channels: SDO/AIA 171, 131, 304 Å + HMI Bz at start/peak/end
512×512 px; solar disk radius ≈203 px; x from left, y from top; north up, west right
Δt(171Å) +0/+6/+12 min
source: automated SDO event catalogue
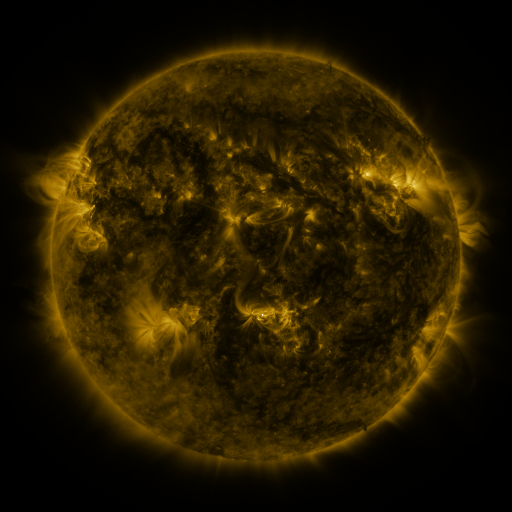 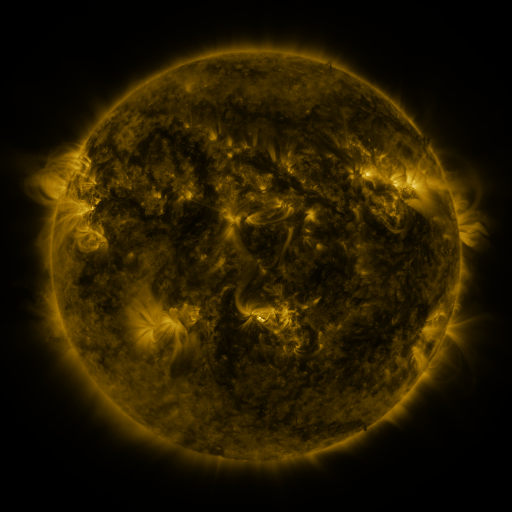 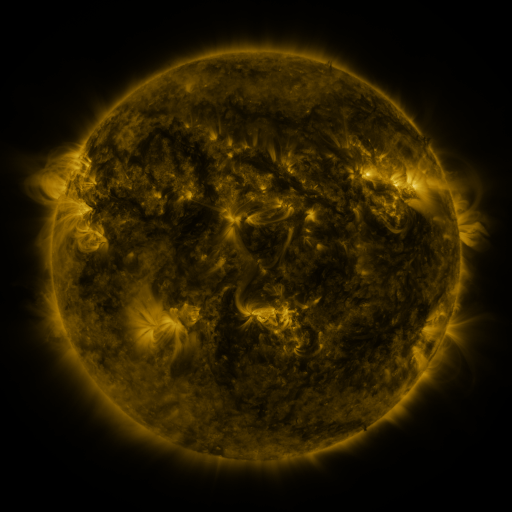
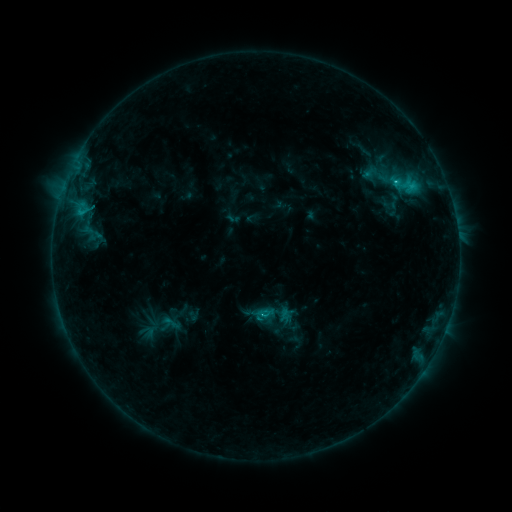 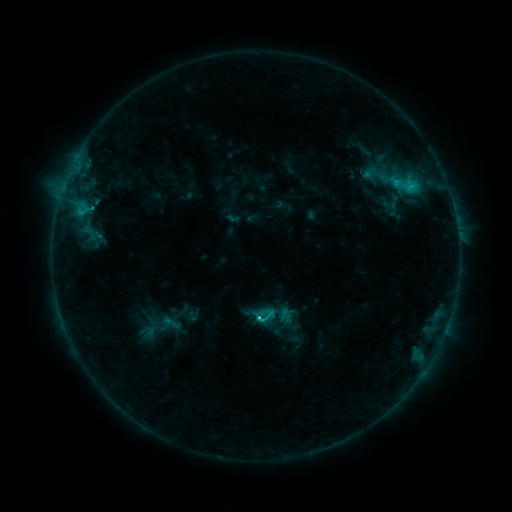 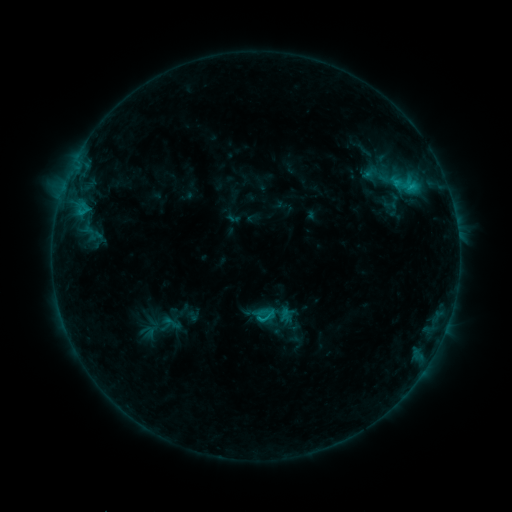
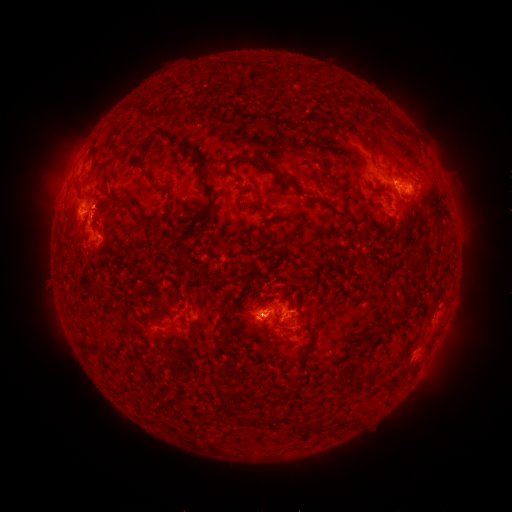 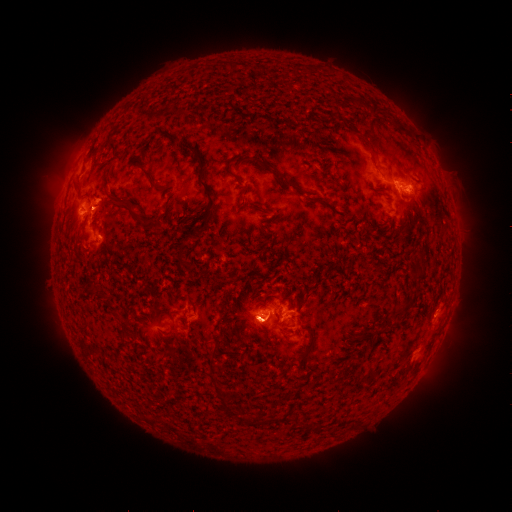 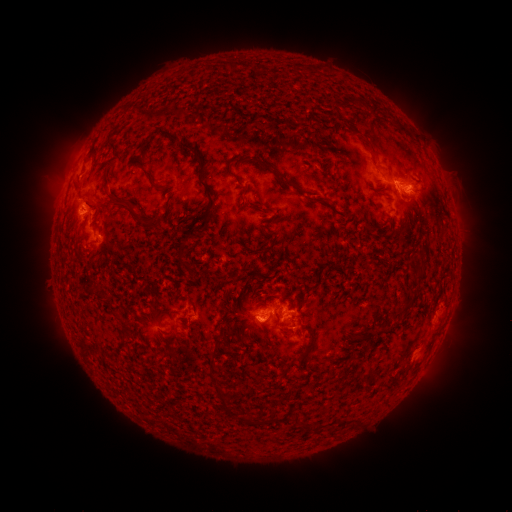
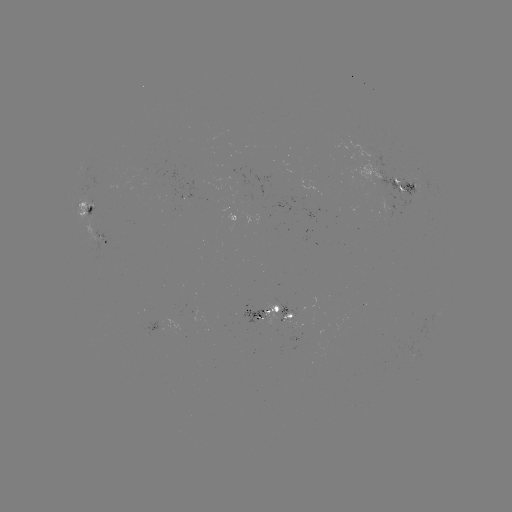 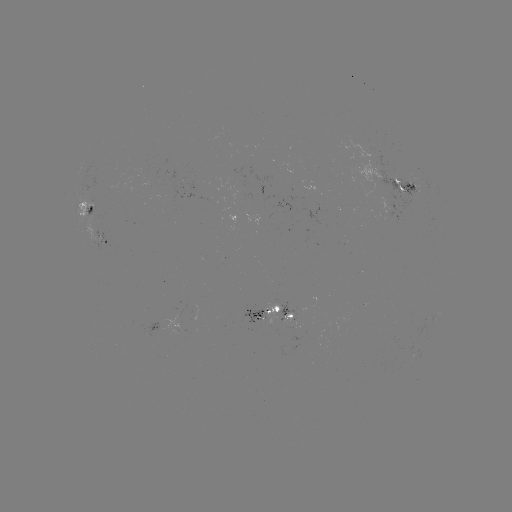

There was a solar flare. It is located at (259, 316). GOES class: C2.1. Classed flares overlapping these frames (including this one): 1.